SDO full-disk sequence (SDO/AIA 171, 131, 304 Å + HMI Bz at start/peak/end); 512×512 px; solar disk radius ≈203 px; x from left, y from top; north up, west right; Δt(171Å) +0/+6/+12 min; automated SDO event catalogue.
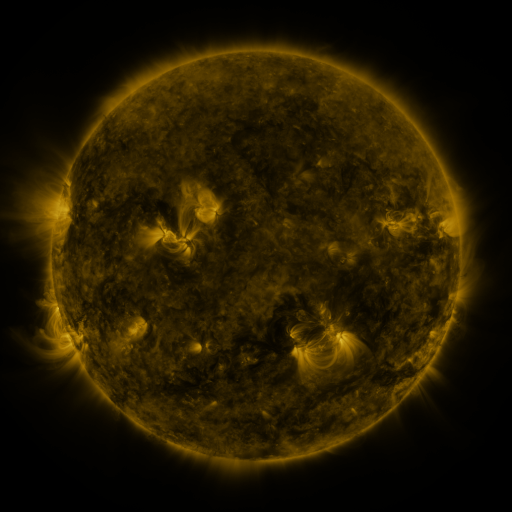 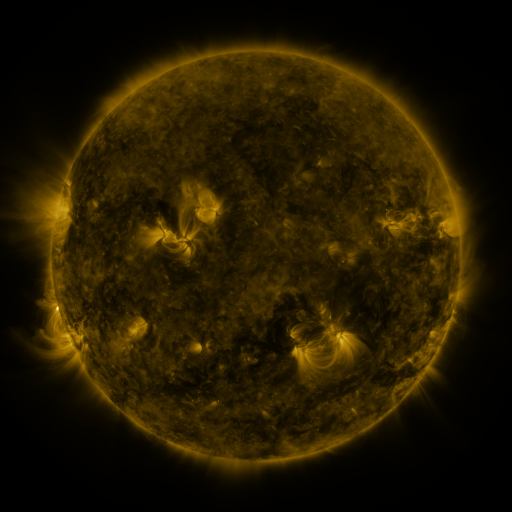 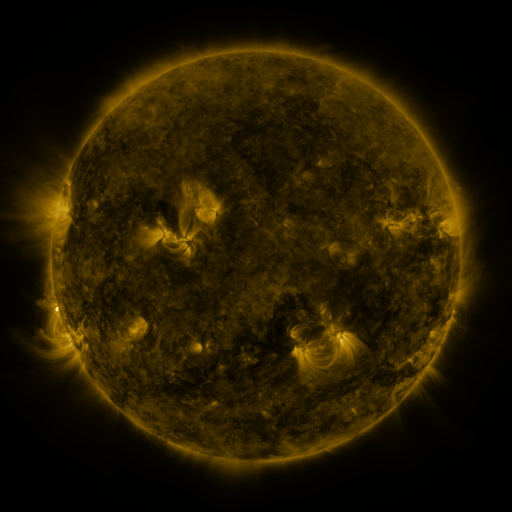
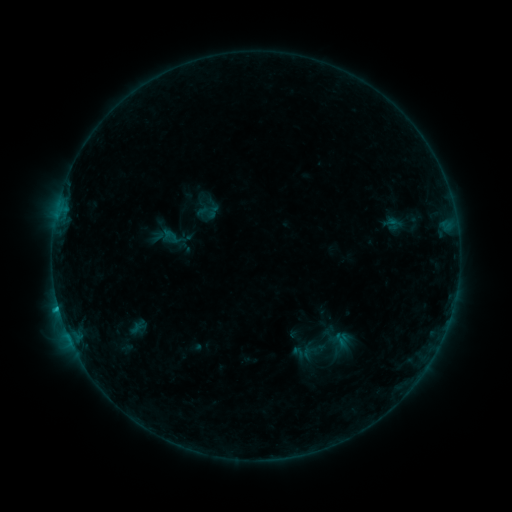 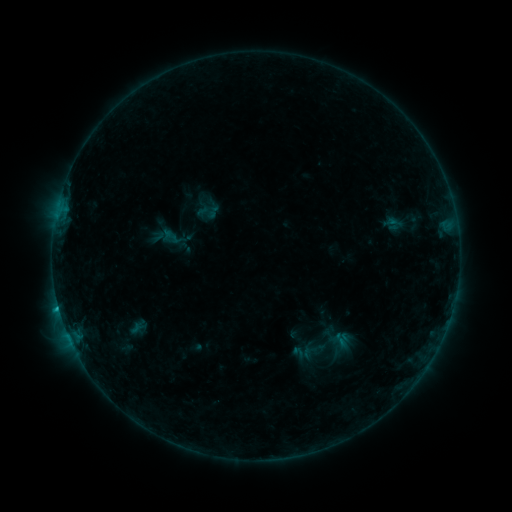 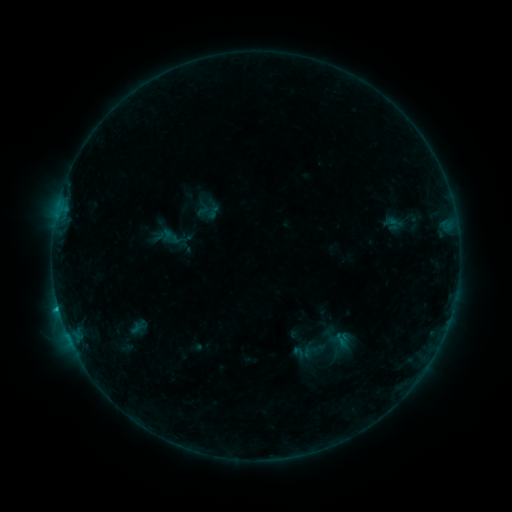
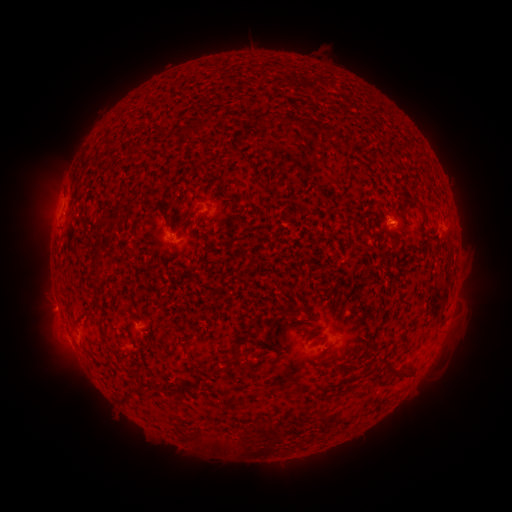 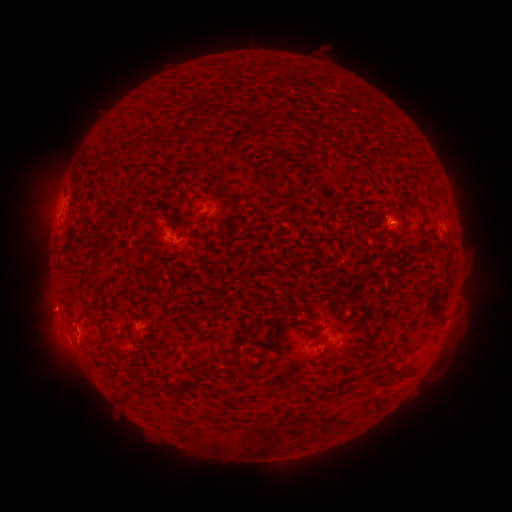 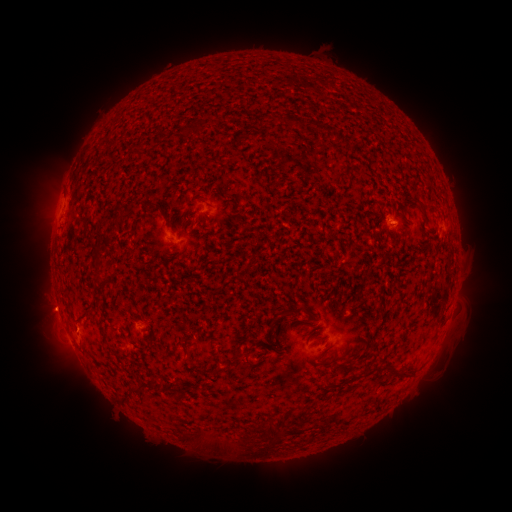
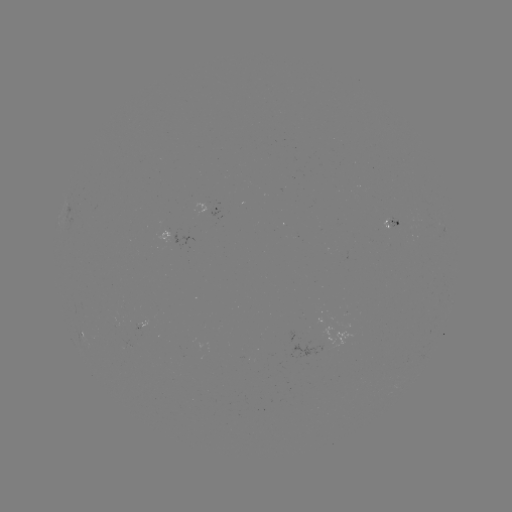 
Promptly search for eruption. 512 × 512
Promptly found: (73, 326).